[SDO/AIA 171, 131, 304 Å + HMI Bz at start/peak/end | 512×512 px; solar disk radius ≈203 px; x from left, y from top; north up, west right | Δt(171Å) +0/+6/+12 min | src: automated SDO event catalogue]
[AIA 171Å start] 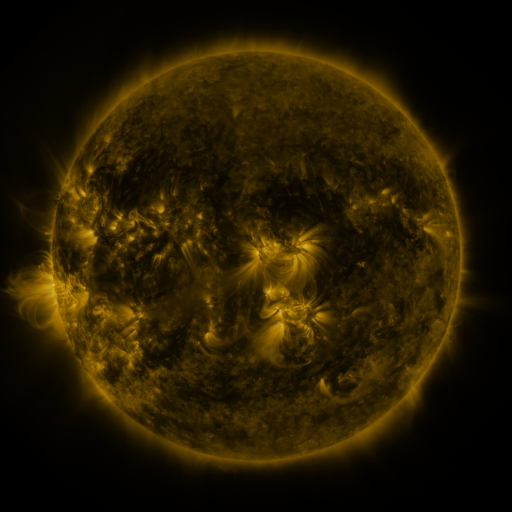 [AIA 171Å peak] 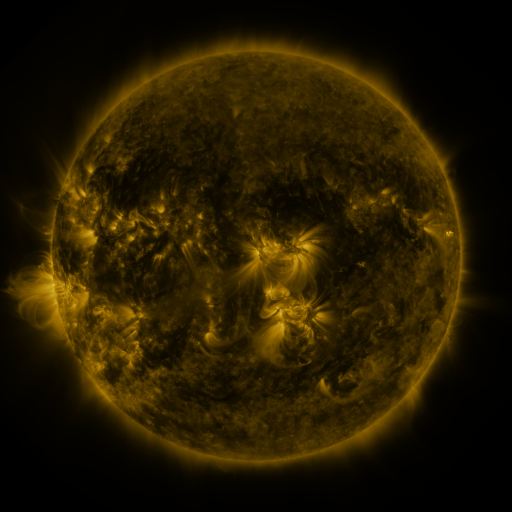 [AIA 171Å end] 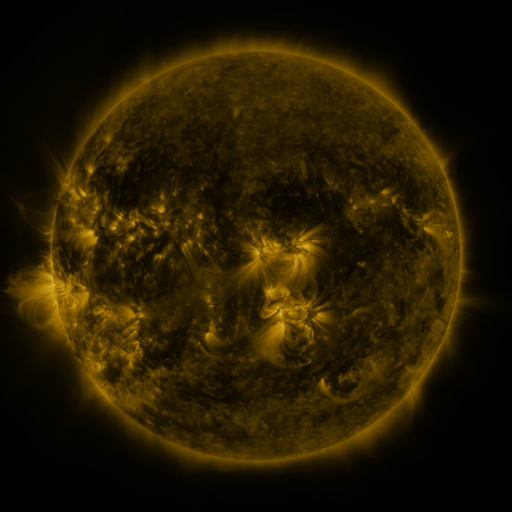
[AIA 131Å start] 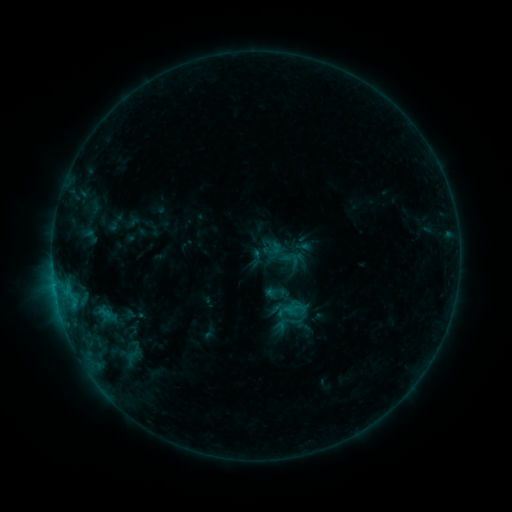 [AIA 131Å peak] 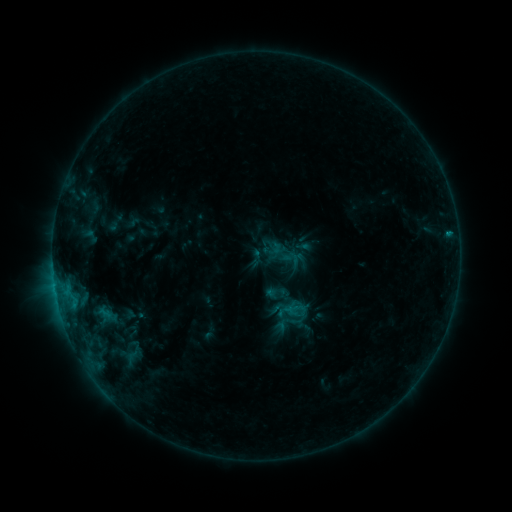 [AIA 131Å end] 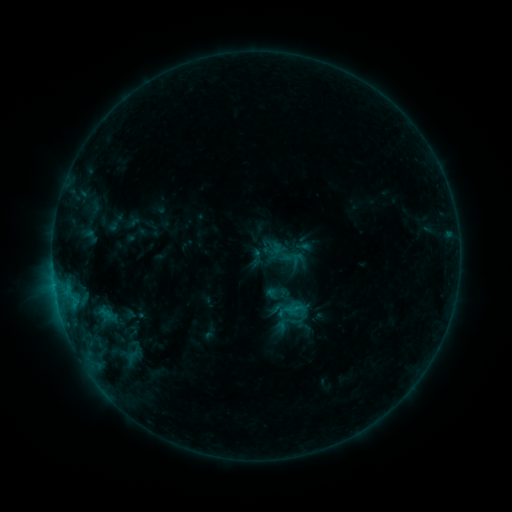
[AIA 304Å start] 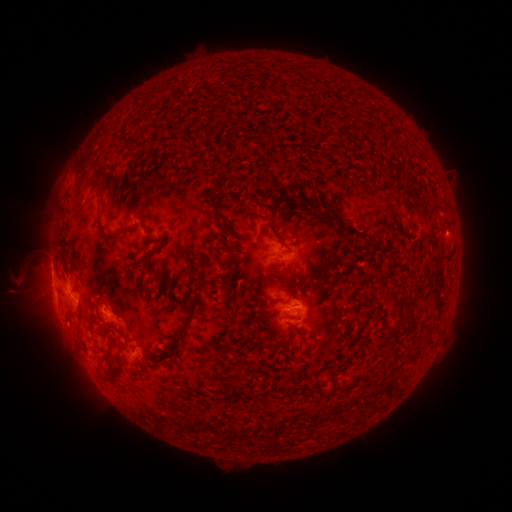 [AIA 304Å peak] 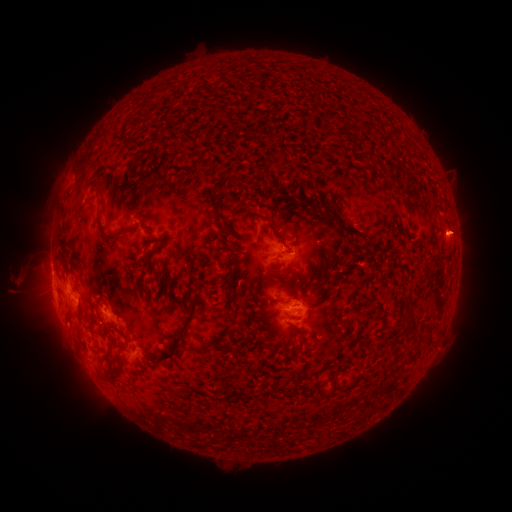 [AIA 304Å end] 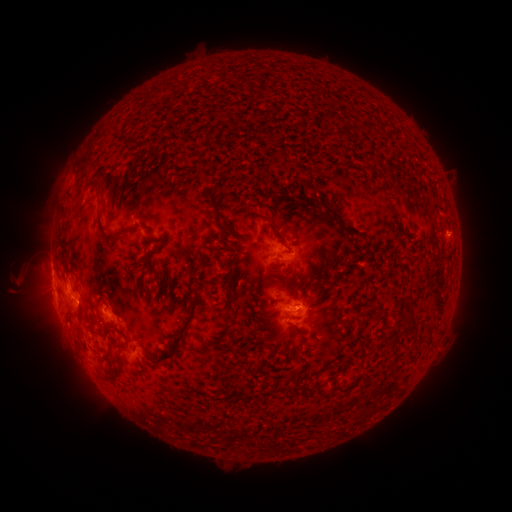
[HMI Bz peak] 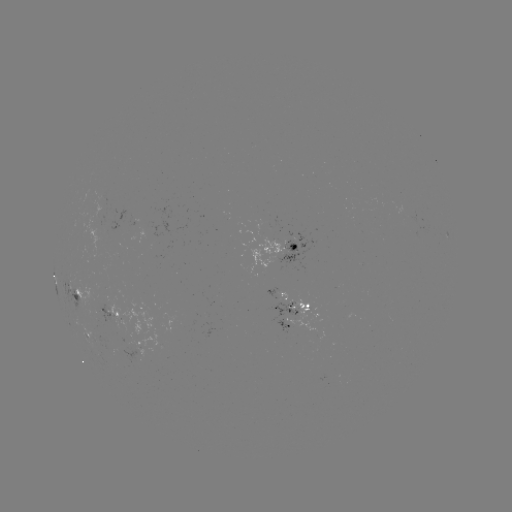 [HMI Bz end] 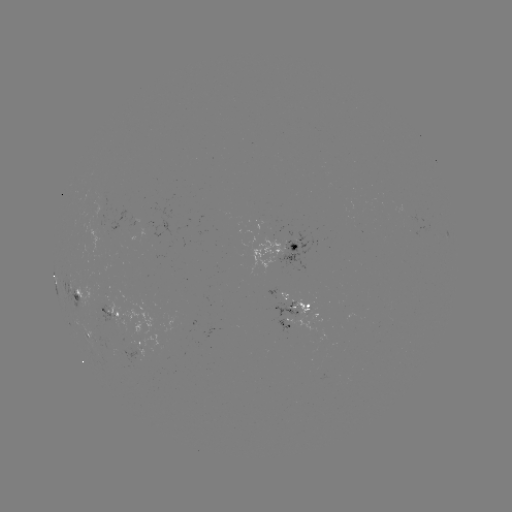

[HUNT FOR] eruption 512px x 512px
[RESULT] (459, 233)